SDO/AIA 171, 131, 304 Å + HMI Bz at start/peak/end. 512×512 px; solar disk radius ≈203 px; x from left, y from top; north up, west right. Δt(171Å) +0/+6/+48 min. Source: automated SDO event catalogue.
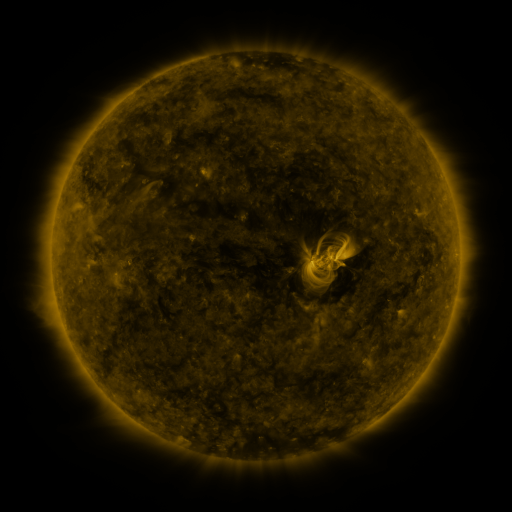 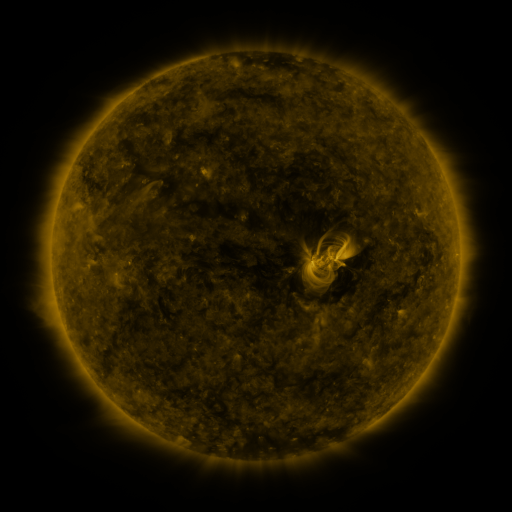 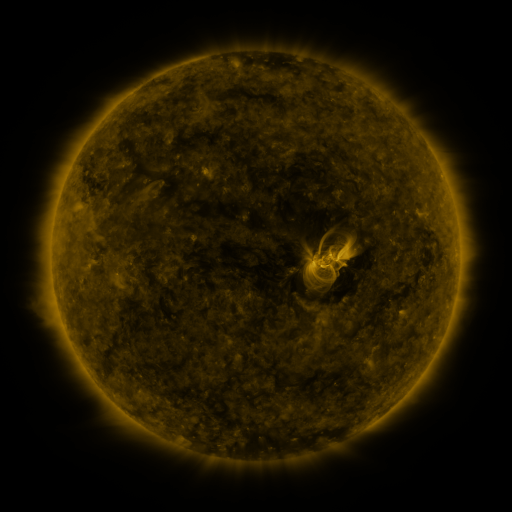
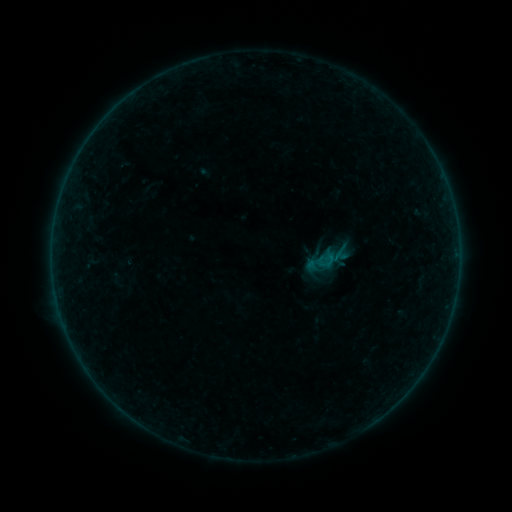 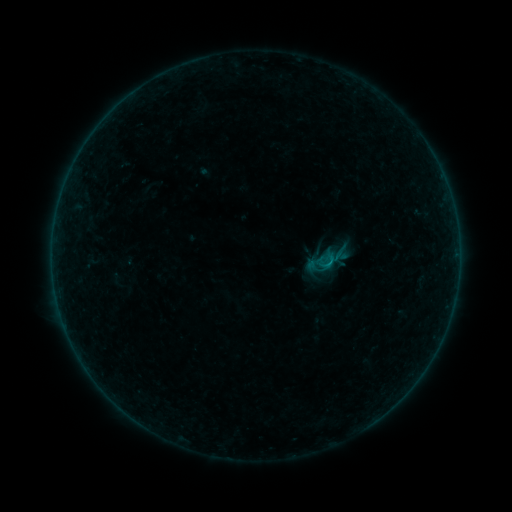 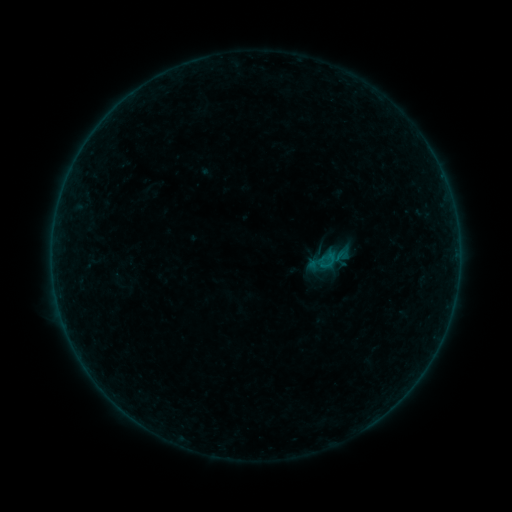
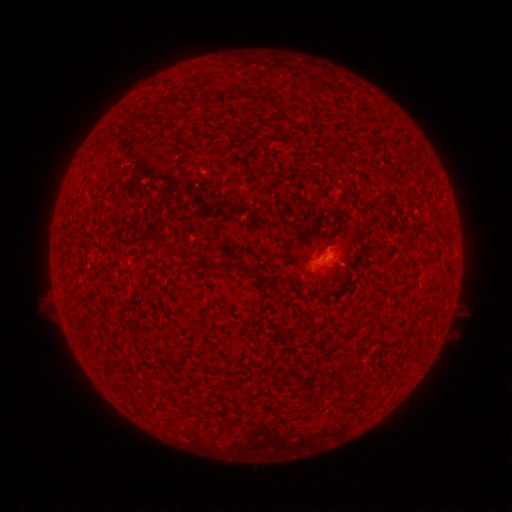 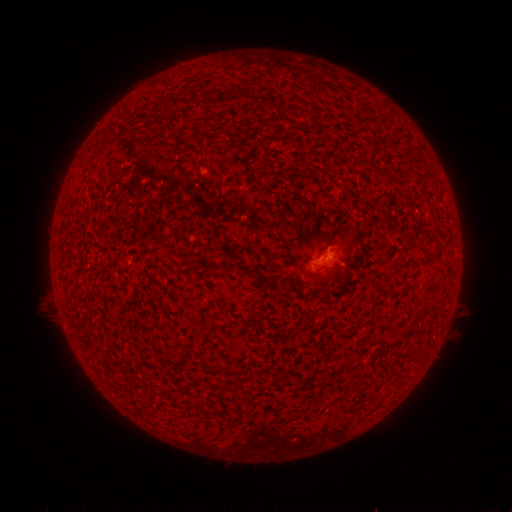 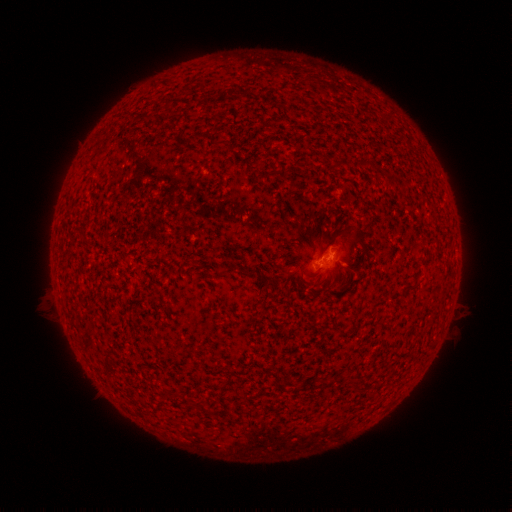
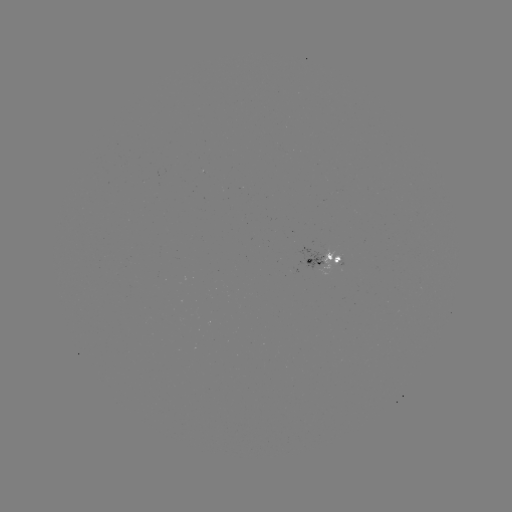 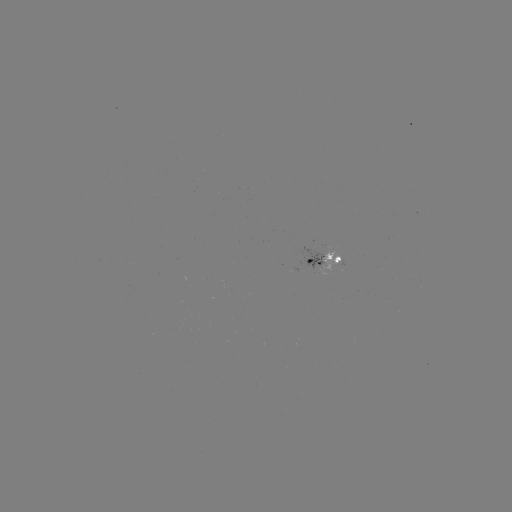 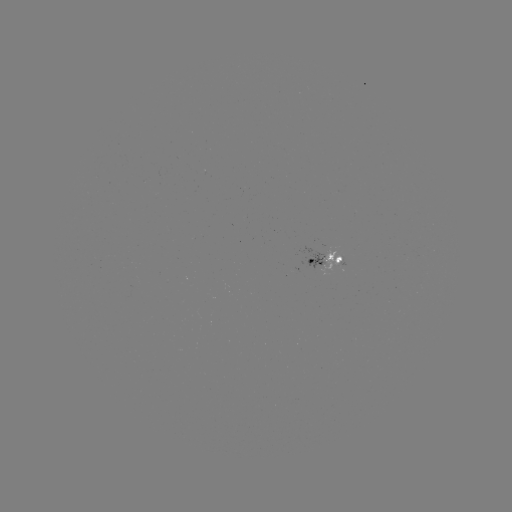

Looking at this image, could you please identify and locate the B2.8 flare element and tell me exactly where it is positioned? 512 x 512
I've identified B2.8 flare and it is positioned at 345,248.